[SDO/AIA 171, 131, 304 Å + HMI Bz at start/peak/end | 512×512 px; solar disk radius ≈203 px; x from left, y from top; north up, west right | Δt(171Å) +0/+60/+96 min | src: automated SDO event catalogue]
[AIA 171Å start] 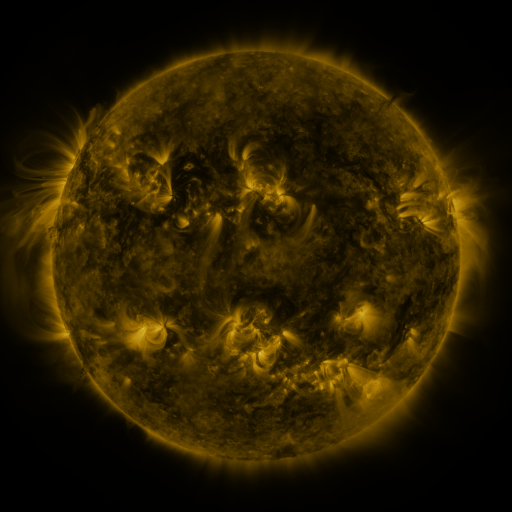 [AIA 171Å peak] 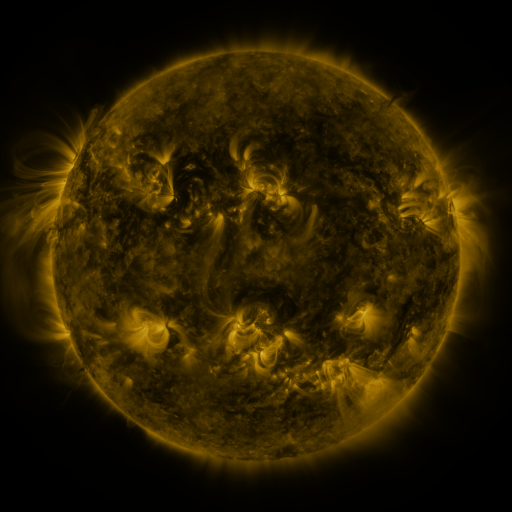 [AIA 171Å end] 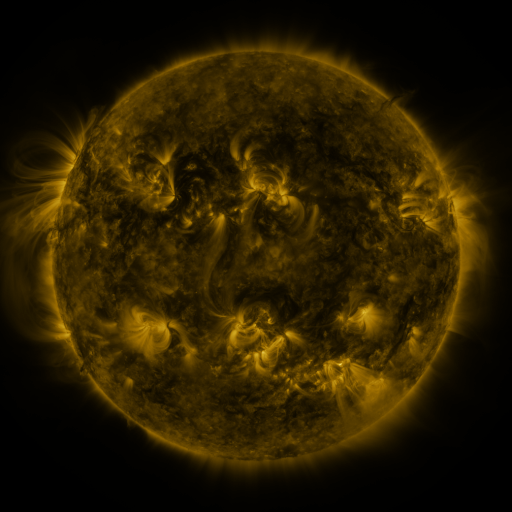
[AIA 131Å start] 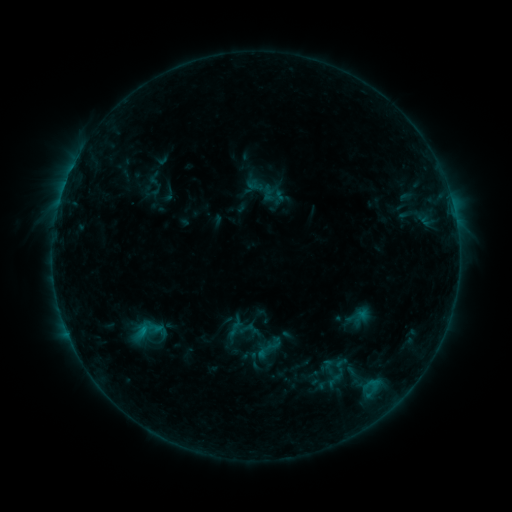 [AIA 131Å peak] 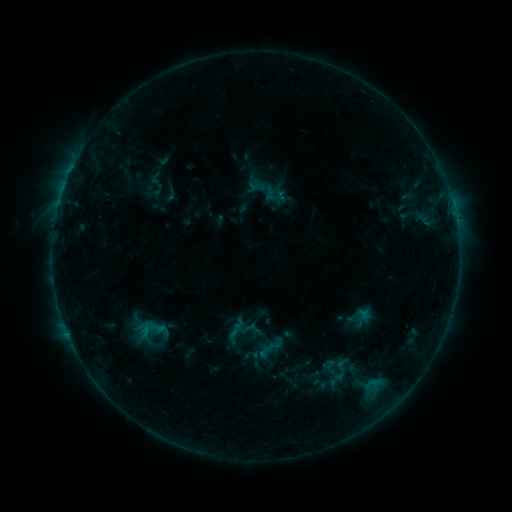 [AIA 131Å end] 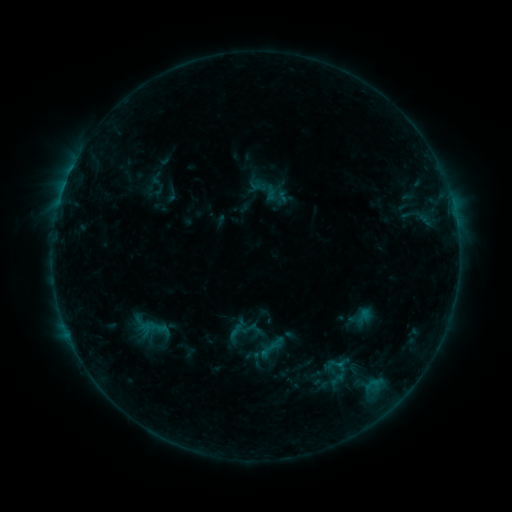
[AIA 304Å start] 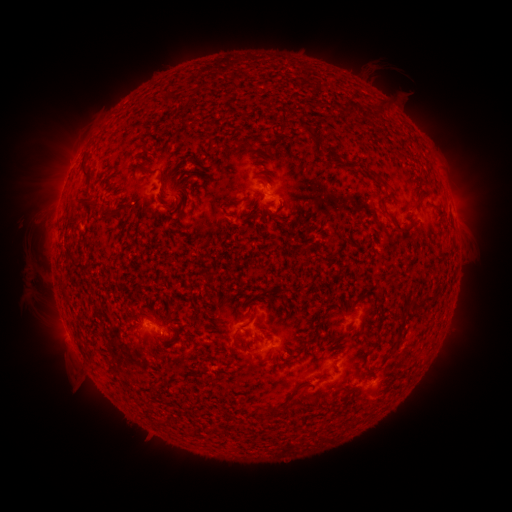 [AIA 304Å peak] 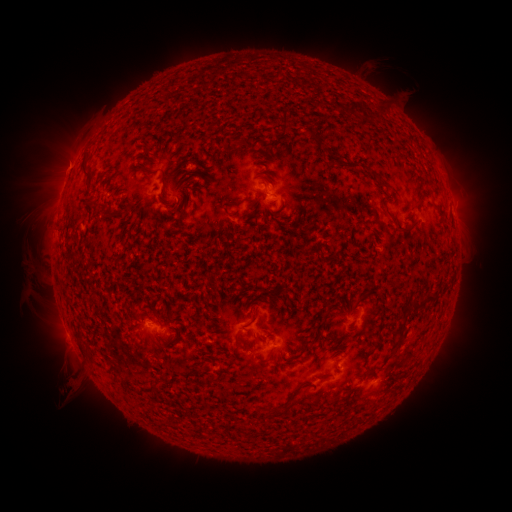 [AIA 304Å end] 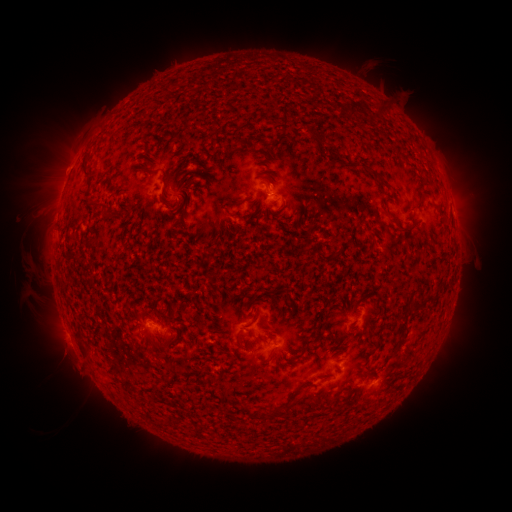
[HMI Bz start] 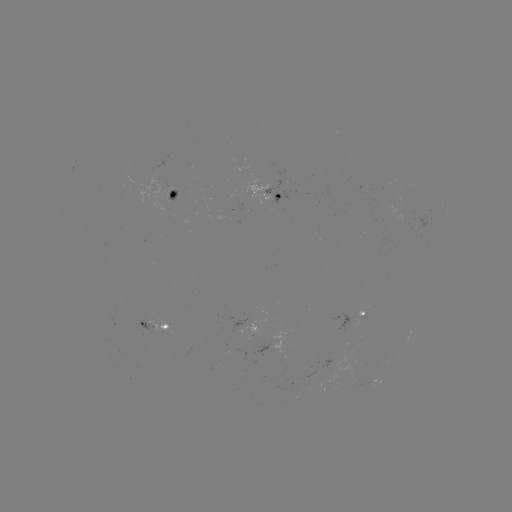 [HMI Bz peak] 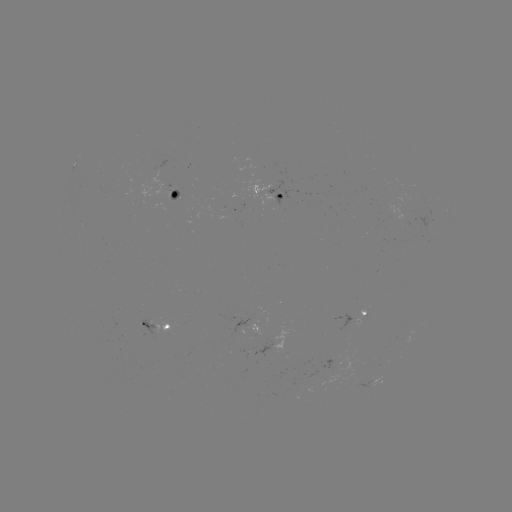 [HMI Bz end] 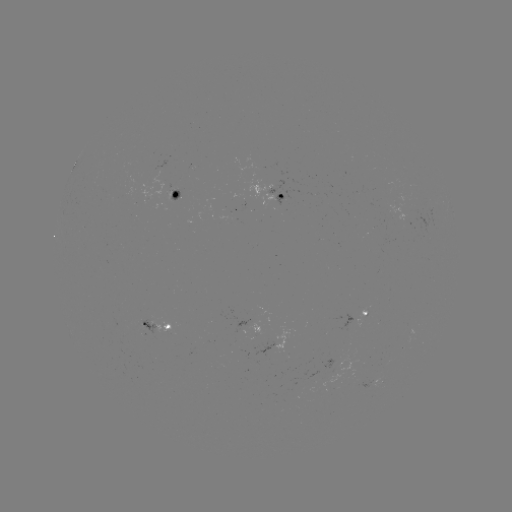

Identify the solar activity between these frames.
emerging-flux region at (254, 167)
